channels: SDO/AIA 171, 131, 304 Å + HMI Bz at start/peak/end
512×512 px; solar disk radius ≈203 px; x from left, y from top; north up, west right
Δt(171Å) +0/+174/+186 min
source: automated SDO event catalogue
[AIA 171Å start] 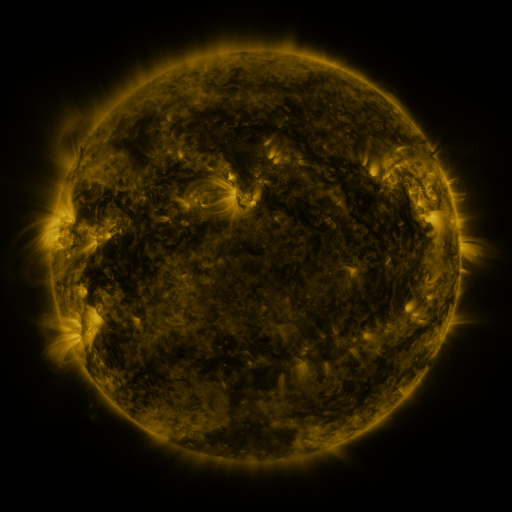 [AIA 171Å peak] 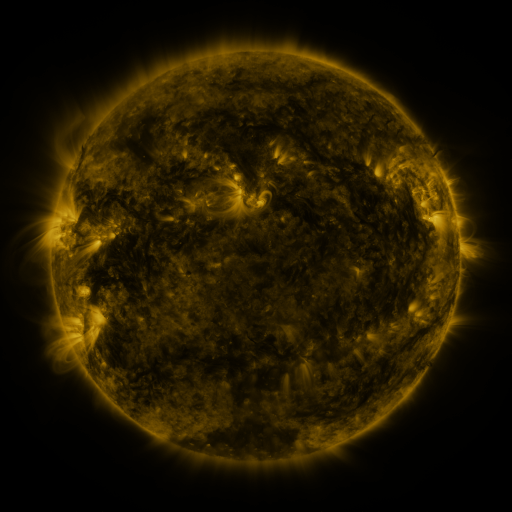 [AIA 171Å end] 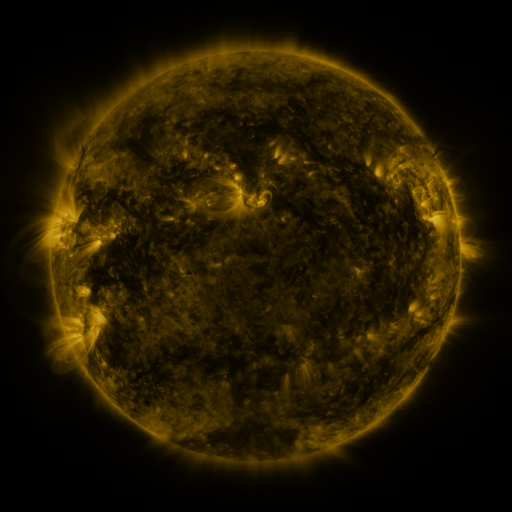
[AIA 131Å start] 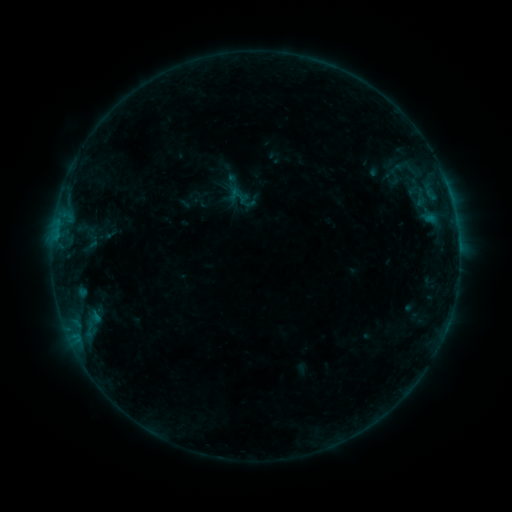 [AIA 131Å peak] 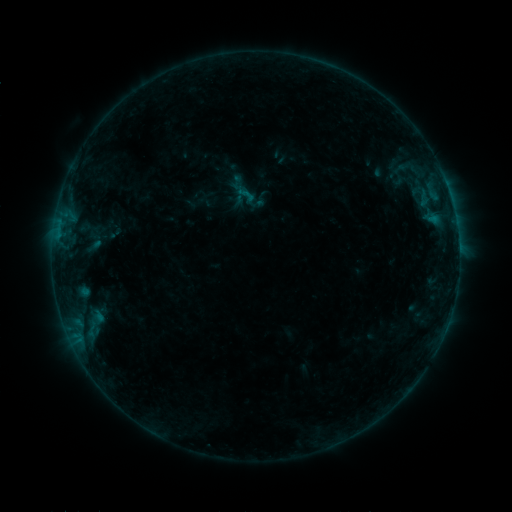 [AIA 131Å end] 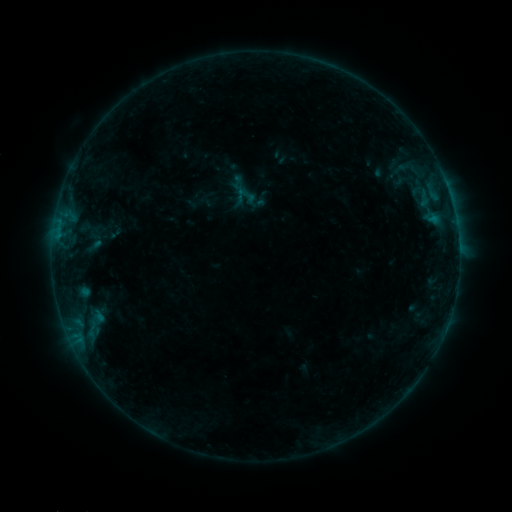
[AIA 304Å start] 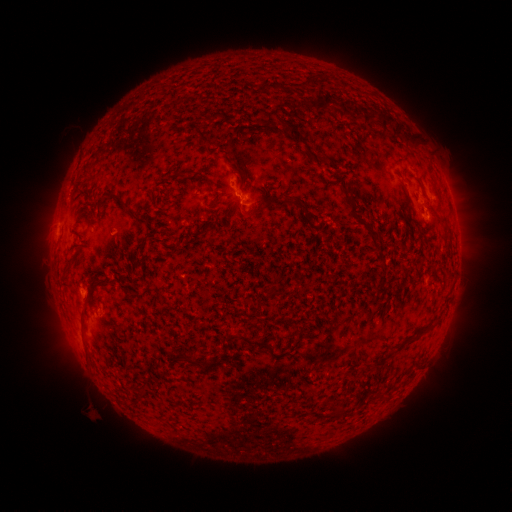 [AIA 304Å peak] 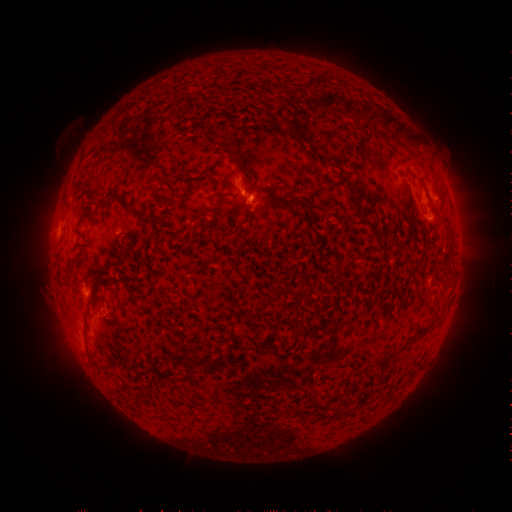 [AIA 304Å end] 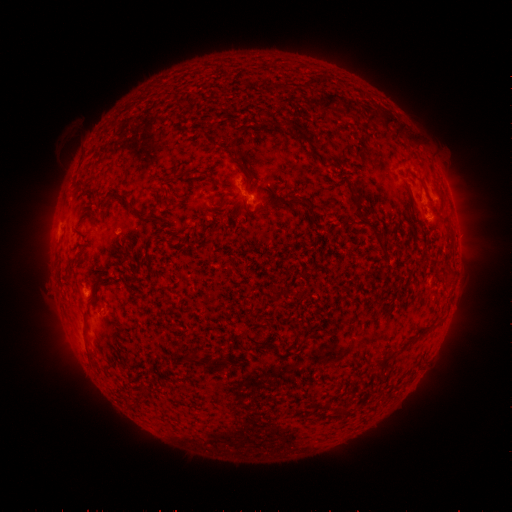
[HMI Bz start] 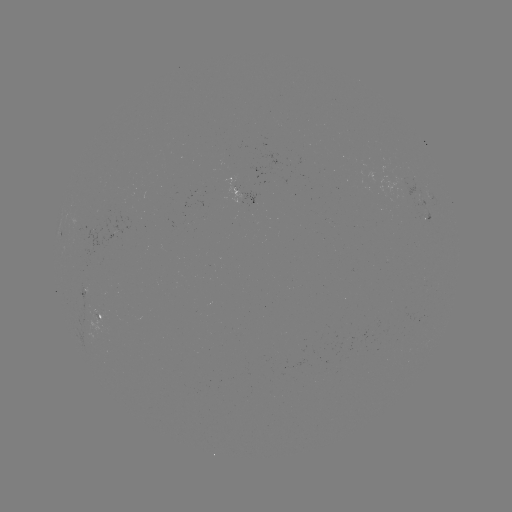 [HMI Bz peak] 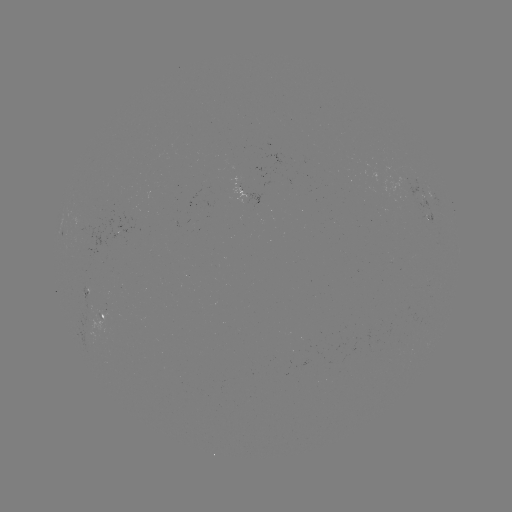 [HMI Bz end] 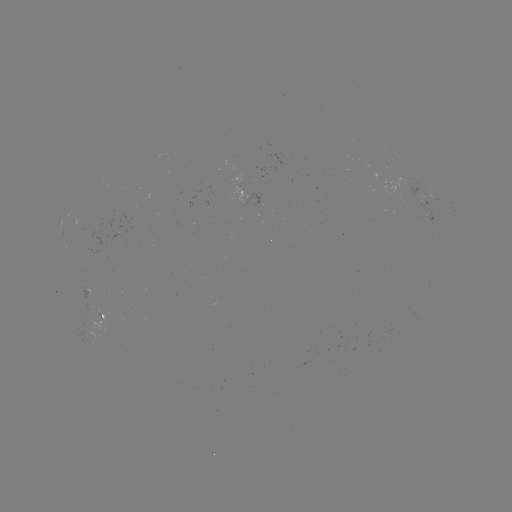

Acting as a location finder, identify emerging-flux region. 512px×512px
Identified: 88,292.